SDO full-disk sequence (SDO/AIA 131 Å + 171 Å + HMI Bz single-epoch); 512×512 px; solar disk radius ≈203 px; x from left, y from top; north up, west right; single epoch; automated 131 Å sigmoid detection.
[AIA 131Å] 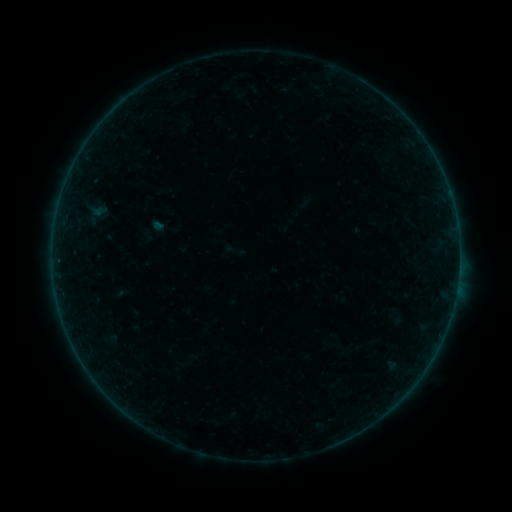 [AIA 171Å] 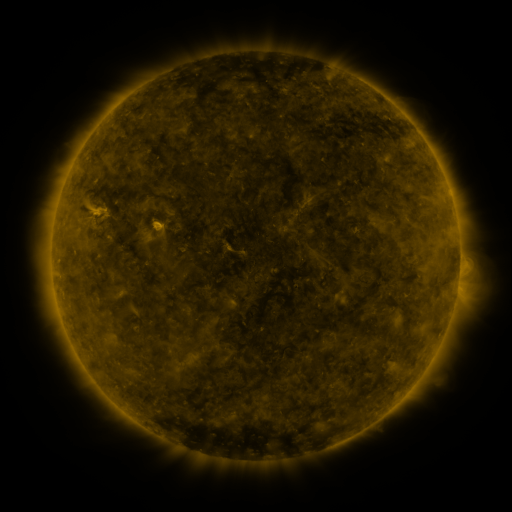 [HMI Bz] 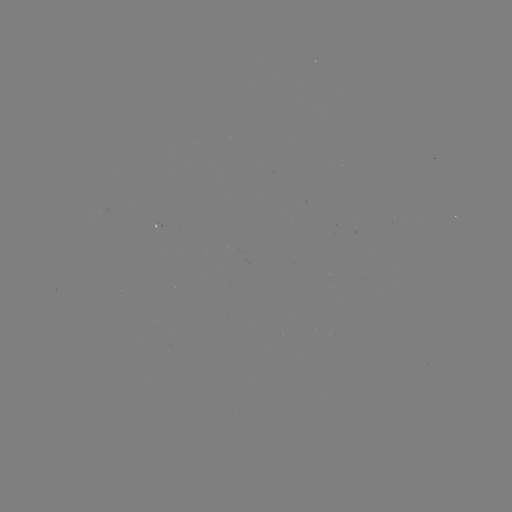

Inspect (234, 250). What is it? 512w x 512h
sigmoid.